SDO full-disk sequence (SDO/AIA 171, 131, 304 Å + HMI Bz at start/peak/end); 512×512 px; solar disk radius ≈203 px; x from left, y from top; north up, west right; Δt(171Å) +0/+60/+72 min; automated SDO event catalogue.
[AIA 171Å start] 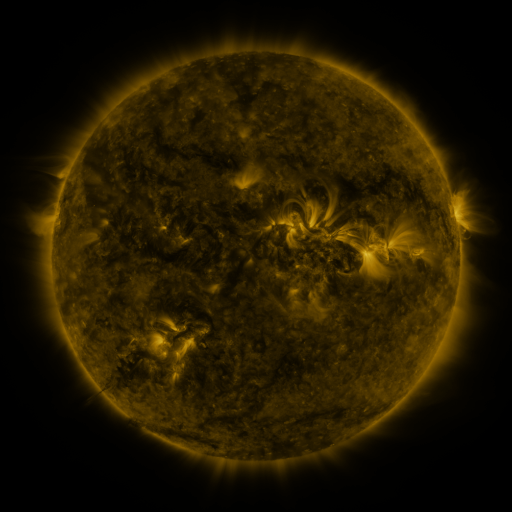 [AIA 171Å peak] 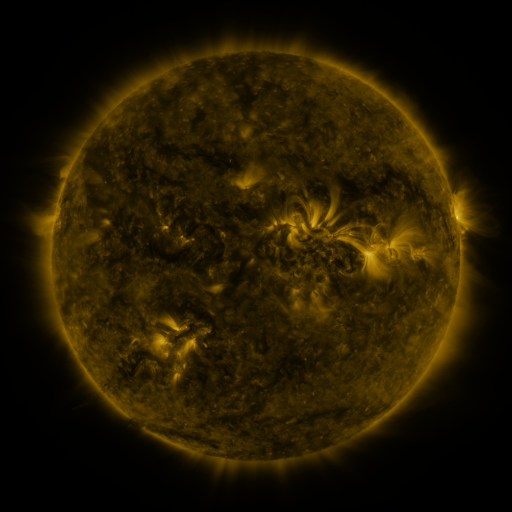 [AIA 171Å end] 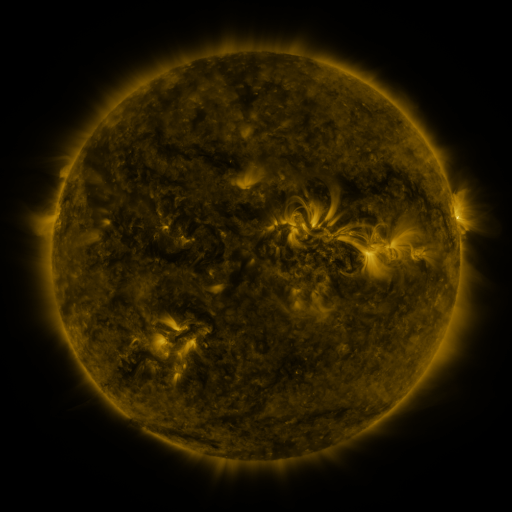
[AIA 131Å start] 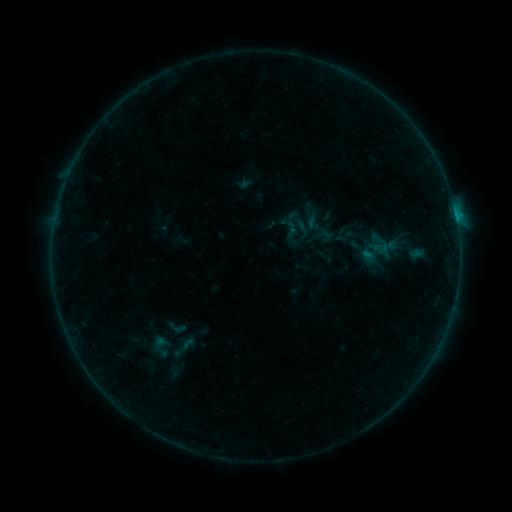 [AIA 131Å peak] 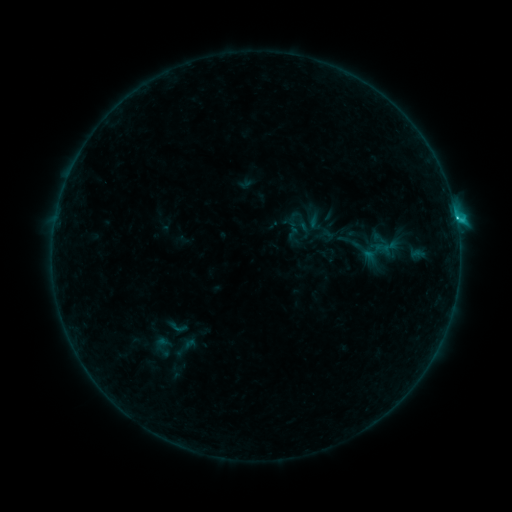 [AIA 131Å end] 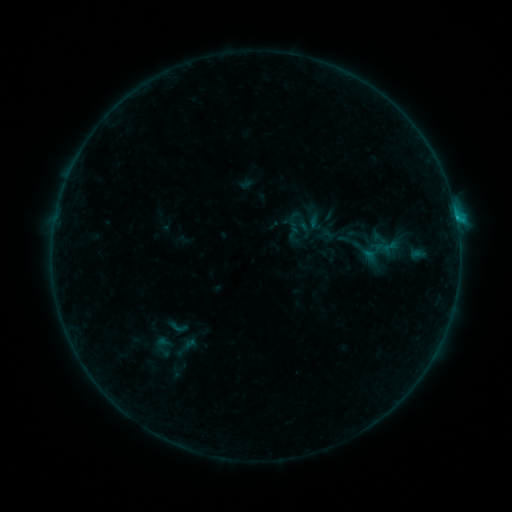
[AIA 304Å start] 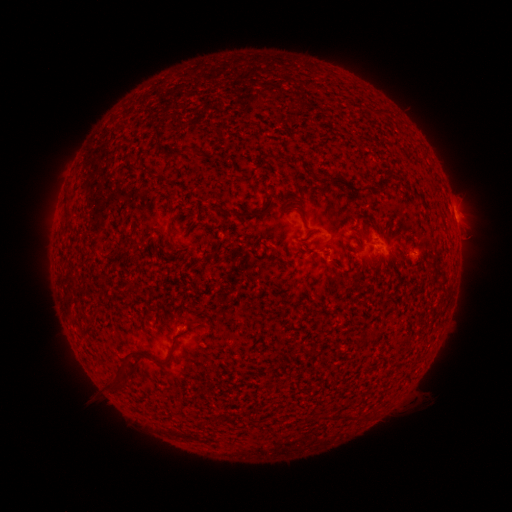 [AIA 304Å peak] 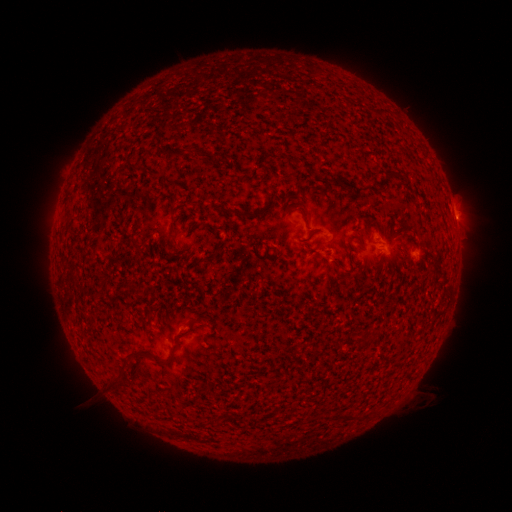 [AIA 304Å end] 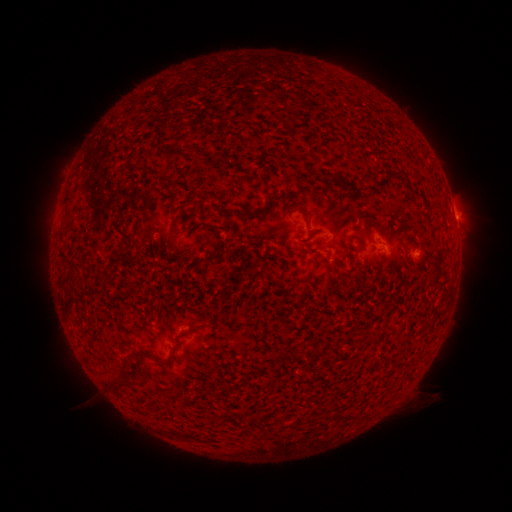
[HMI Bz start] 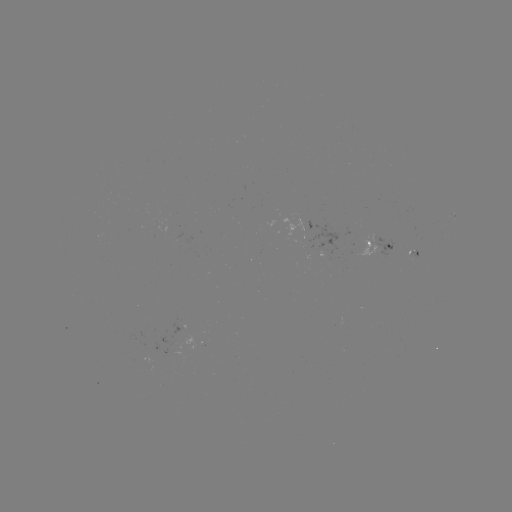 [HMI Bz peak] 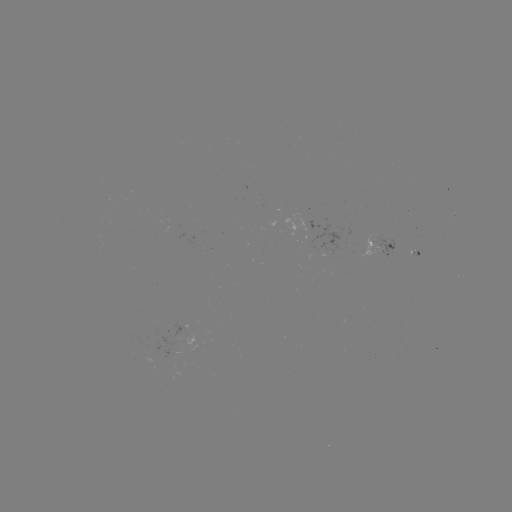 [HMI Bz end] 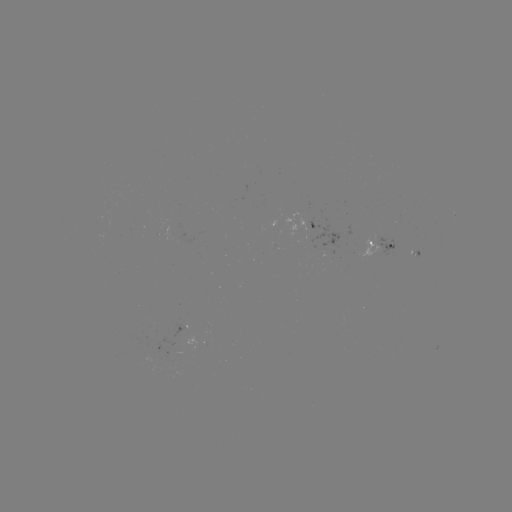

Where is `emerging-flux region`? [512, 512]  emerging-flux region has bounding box [356, 237, 379, 257].